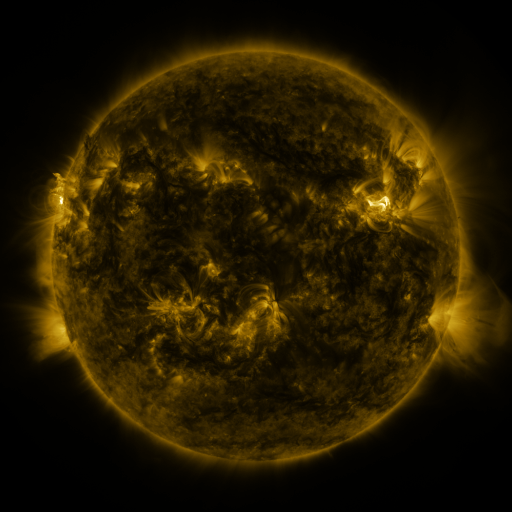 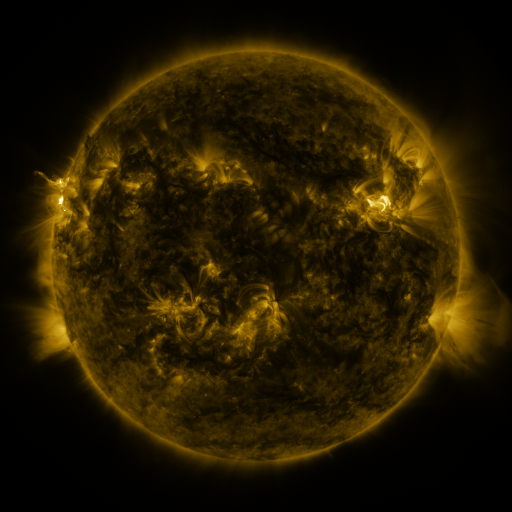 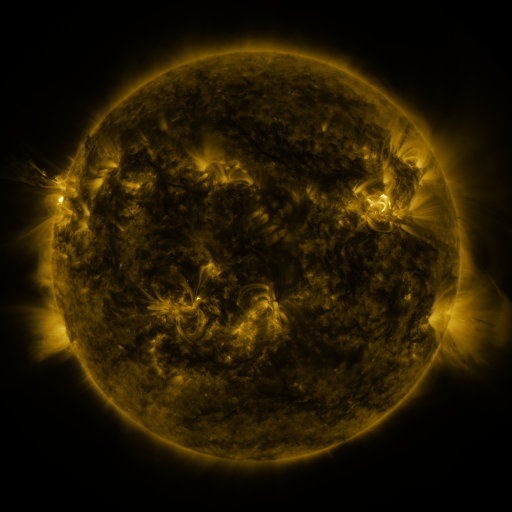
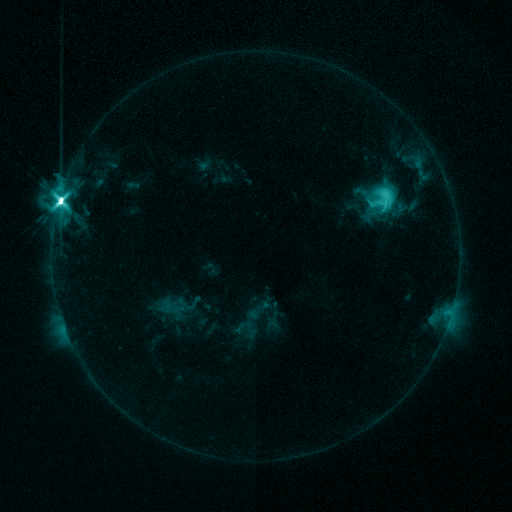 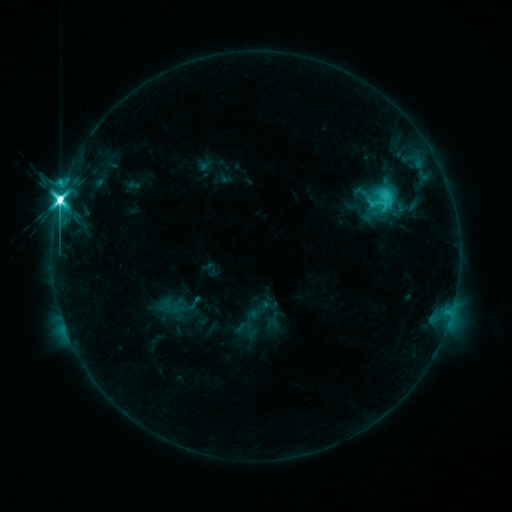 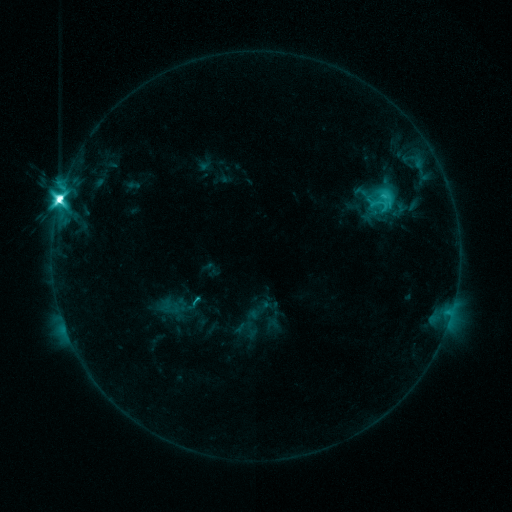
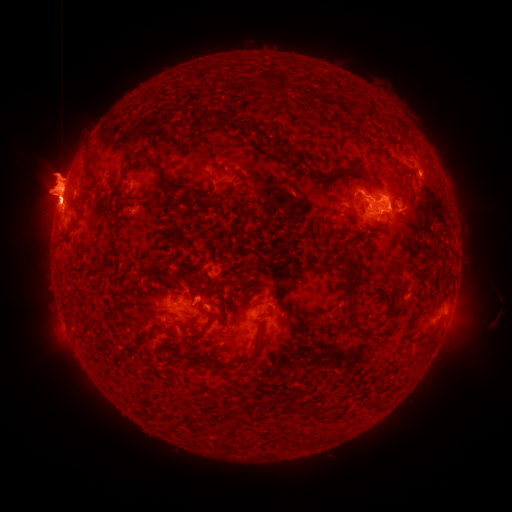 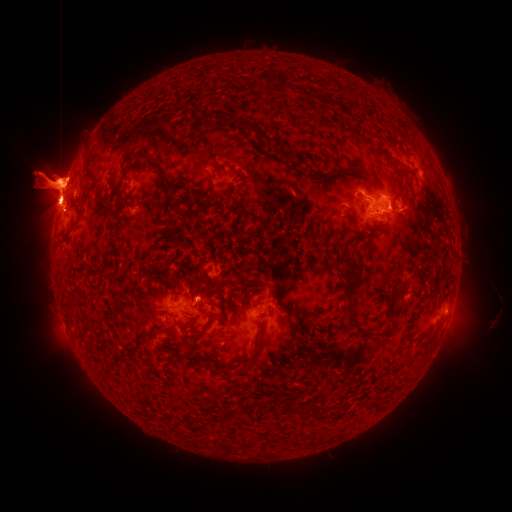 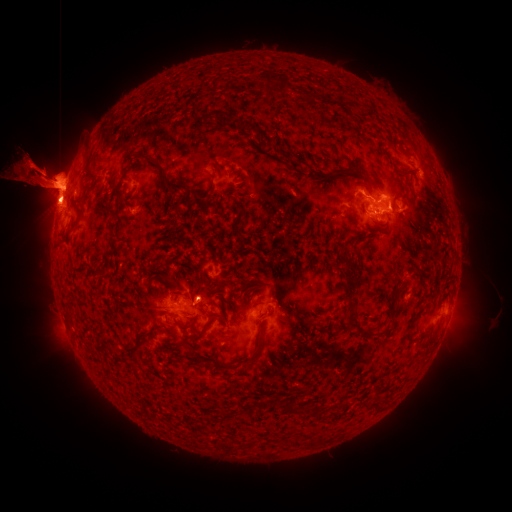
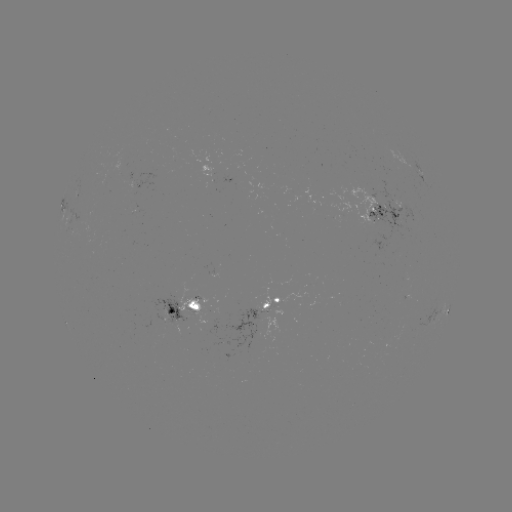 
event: eruption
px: (64, 358)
